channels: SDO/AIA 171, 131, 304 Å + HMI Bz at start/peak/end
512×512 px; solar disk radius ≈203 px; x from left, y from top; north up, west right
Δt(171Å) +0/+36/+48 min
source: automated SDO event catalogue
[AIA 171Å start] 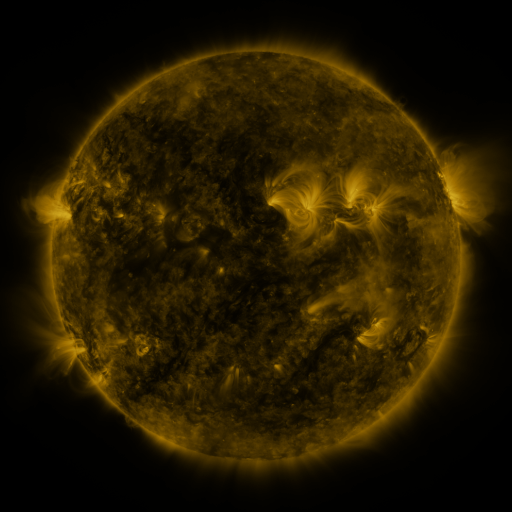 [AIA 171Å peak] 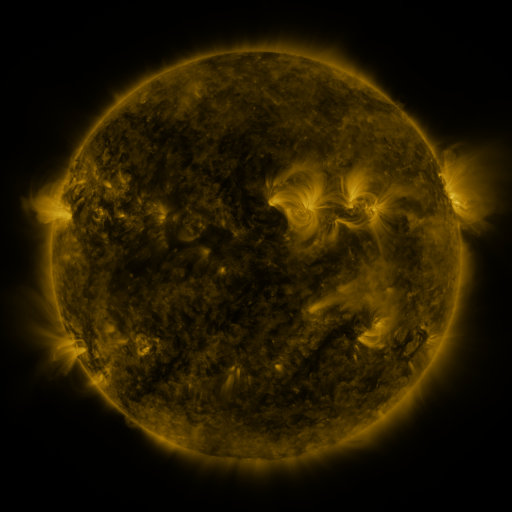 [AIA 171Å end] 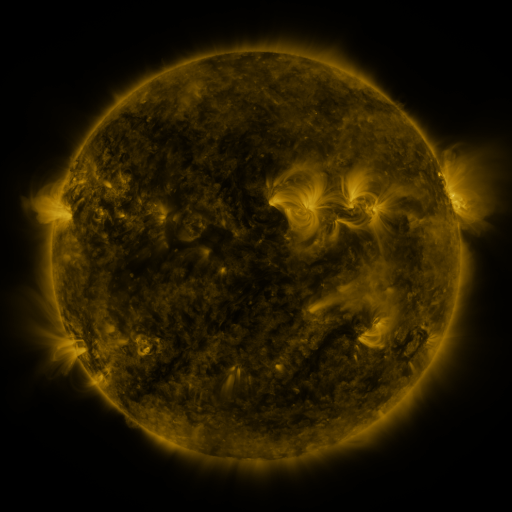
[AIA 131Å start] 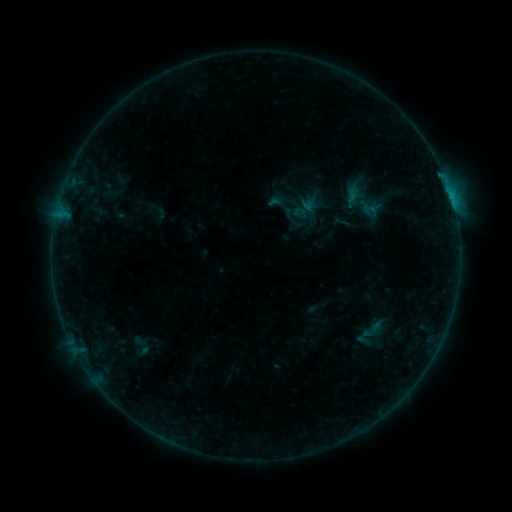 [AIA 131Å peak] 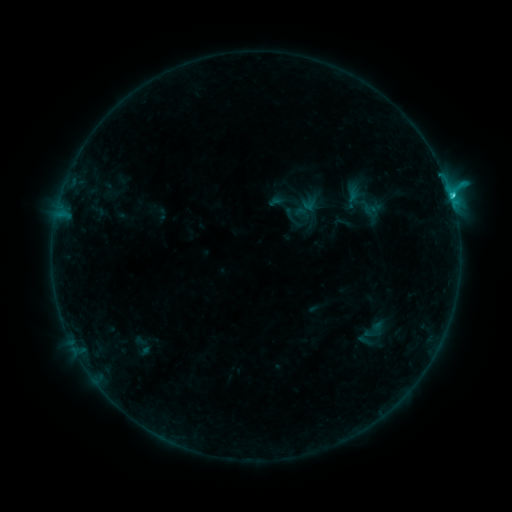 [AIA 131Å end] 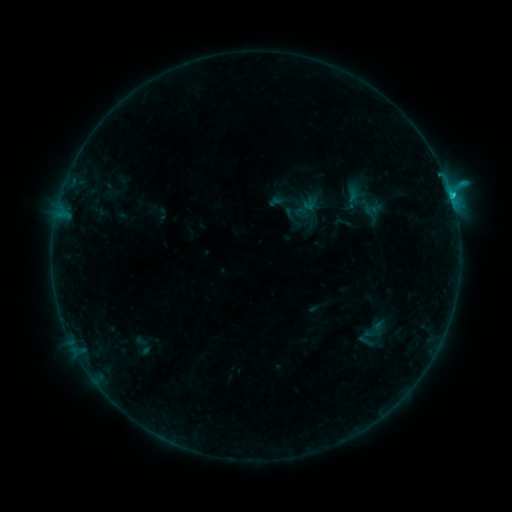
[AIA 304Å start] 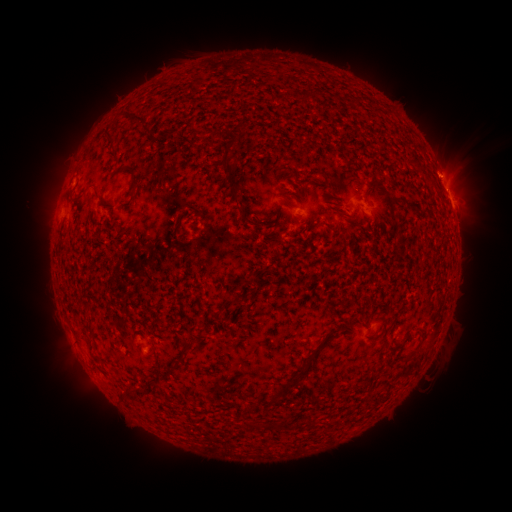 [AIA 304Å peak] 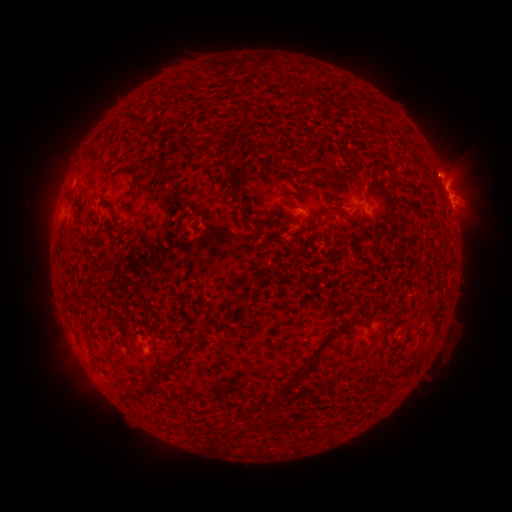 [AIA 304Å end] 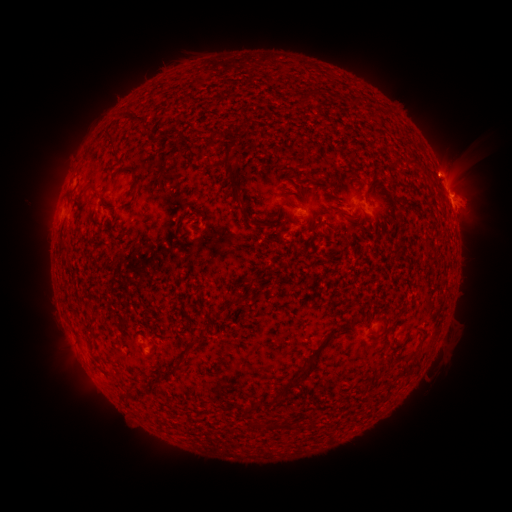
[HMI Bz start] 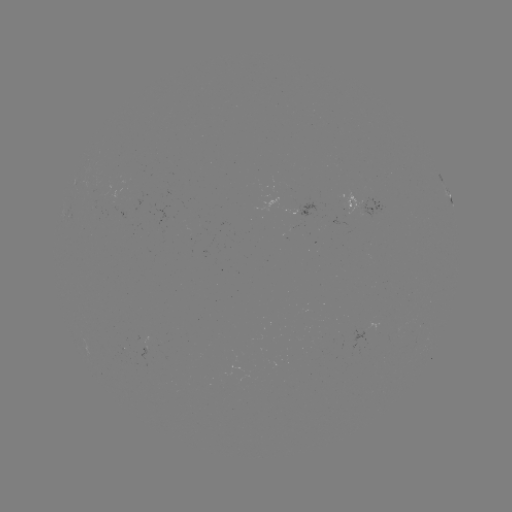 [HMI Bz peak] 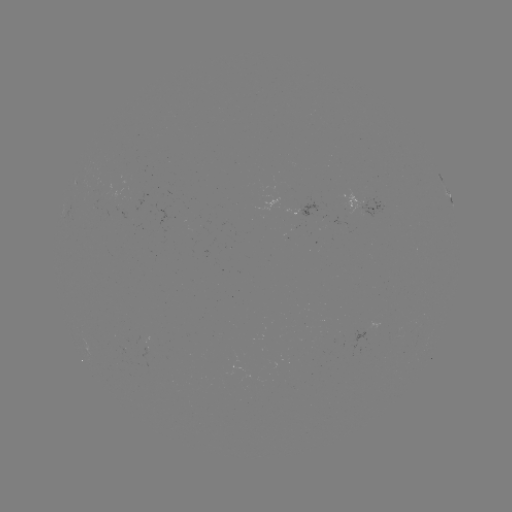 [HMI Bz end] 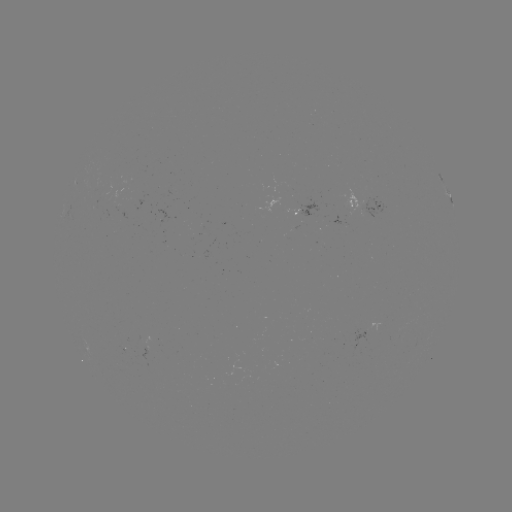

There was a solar flare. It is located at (451, 201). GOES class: C1.5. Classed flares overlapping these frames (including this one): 1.